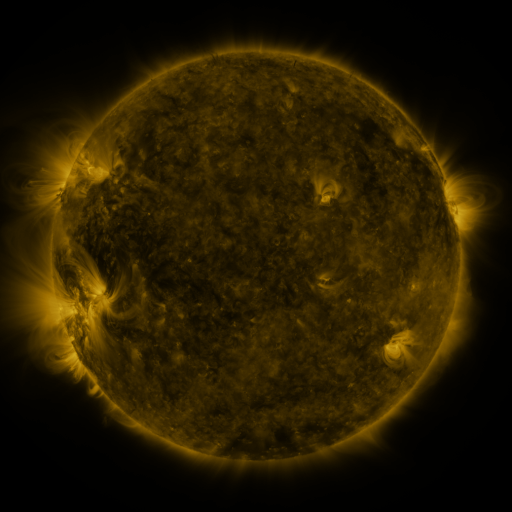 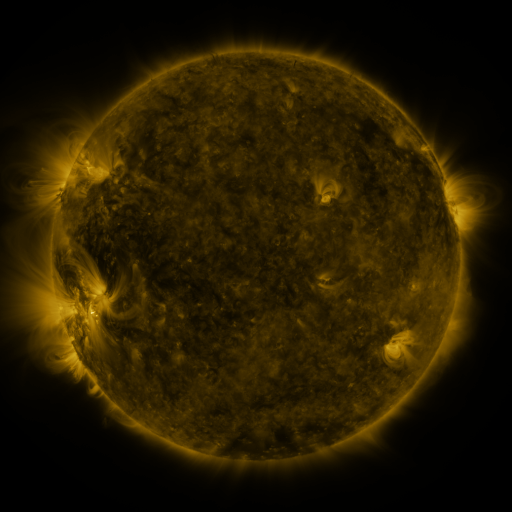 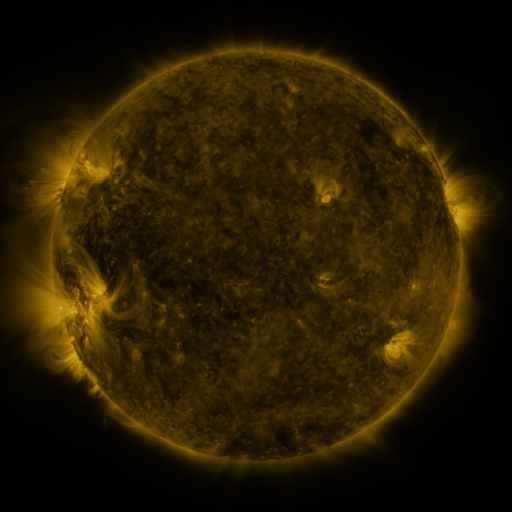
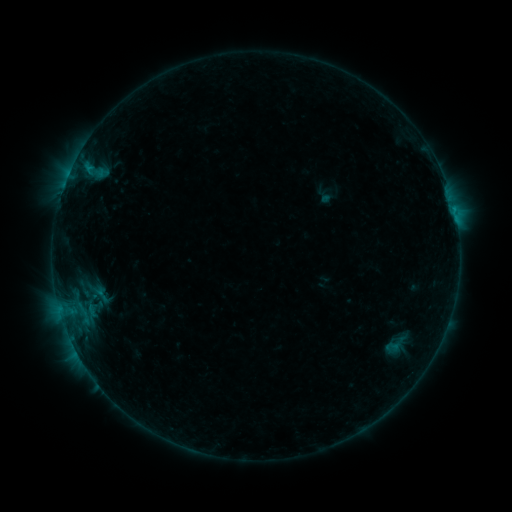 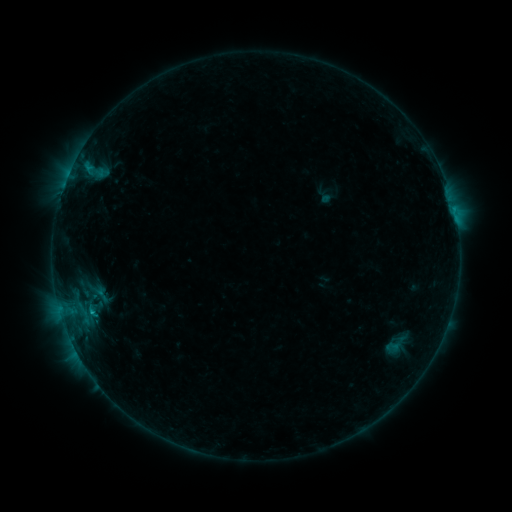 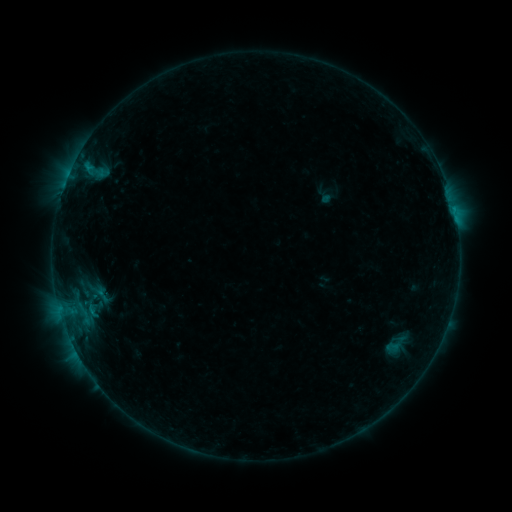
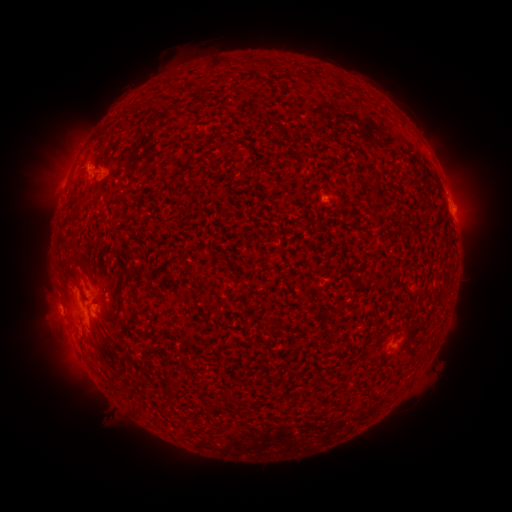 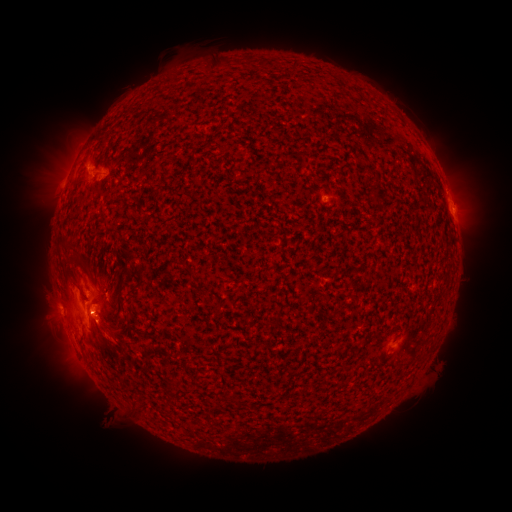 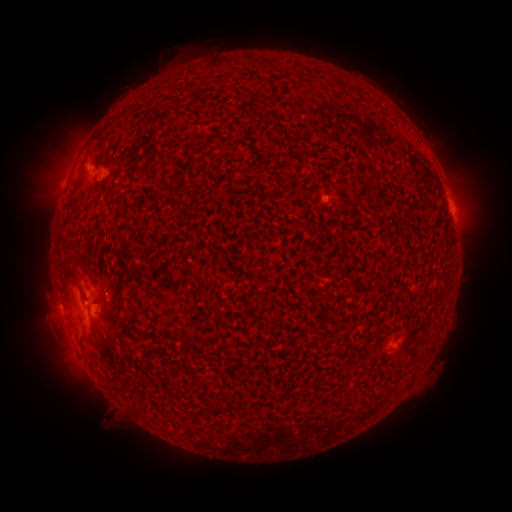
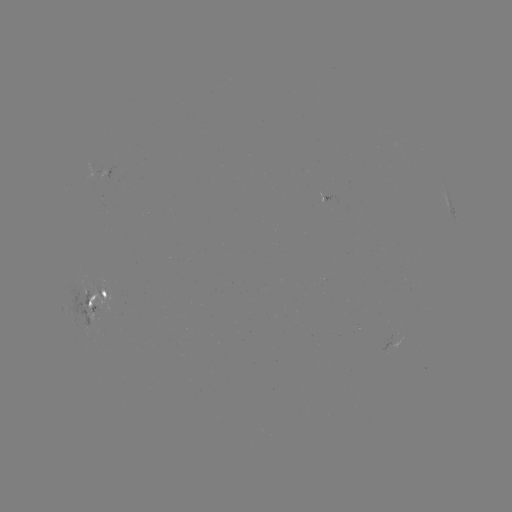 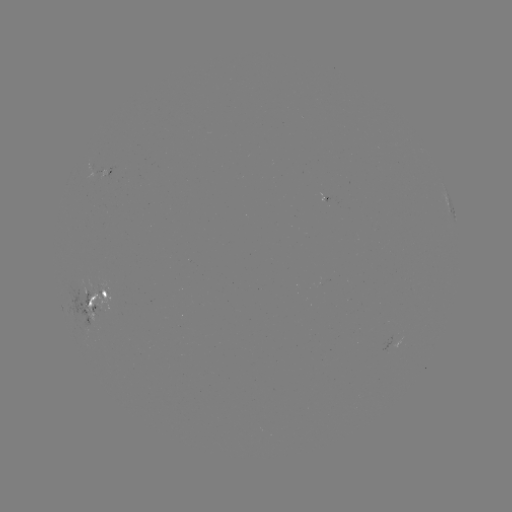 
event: eruption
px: (111, 339)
